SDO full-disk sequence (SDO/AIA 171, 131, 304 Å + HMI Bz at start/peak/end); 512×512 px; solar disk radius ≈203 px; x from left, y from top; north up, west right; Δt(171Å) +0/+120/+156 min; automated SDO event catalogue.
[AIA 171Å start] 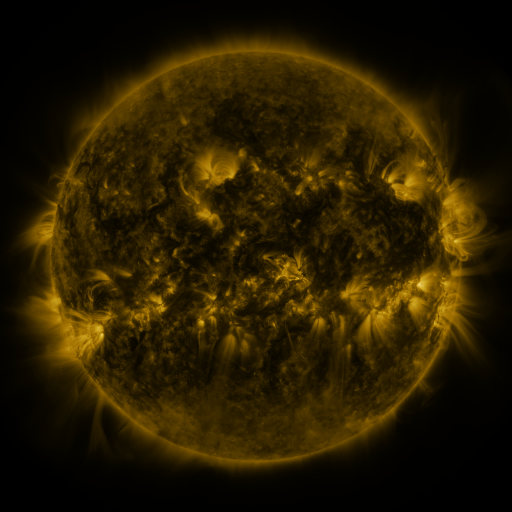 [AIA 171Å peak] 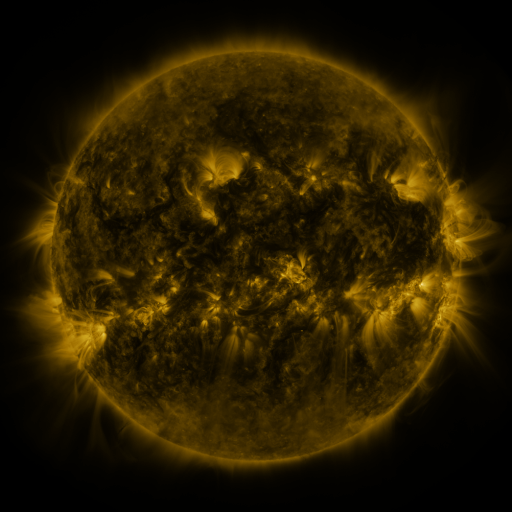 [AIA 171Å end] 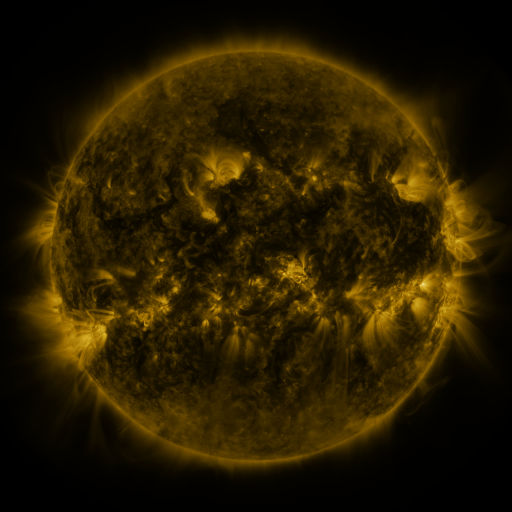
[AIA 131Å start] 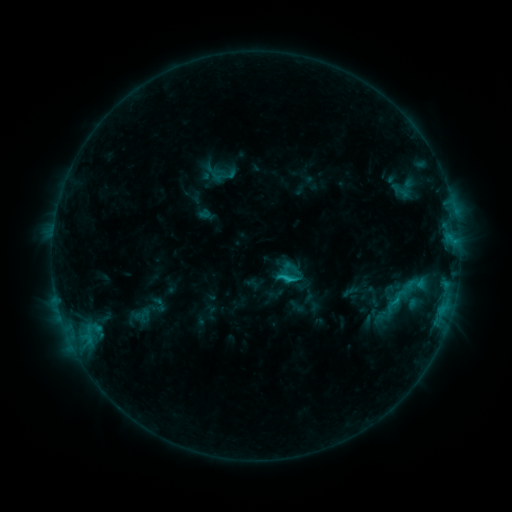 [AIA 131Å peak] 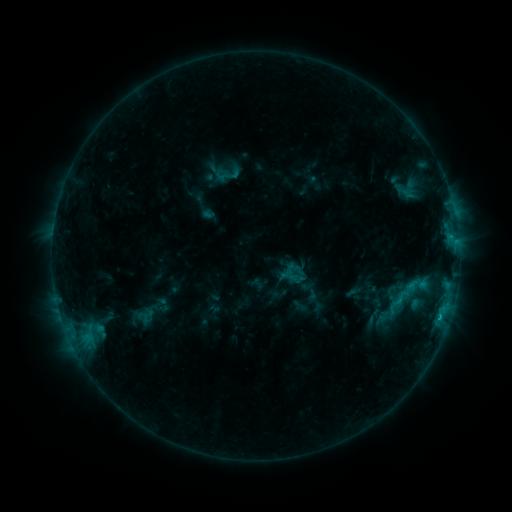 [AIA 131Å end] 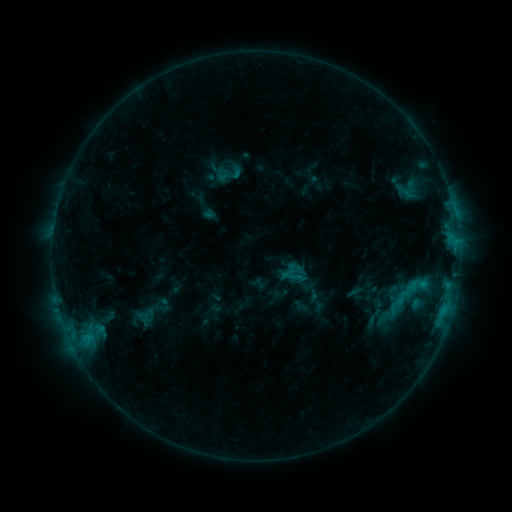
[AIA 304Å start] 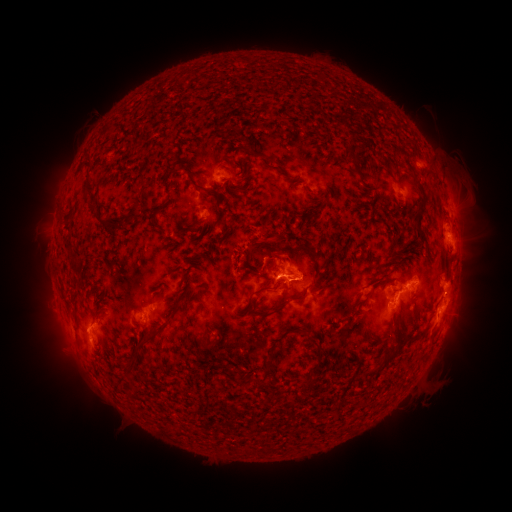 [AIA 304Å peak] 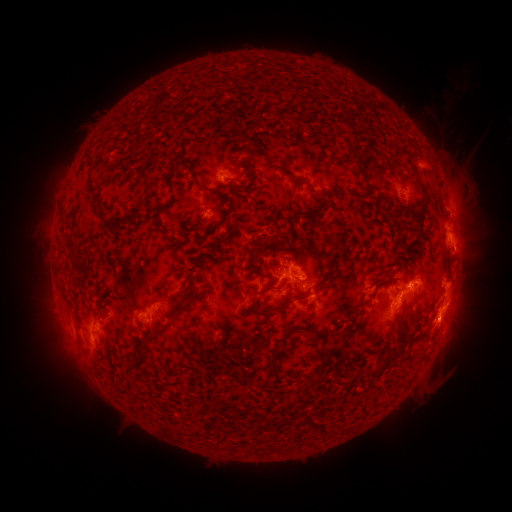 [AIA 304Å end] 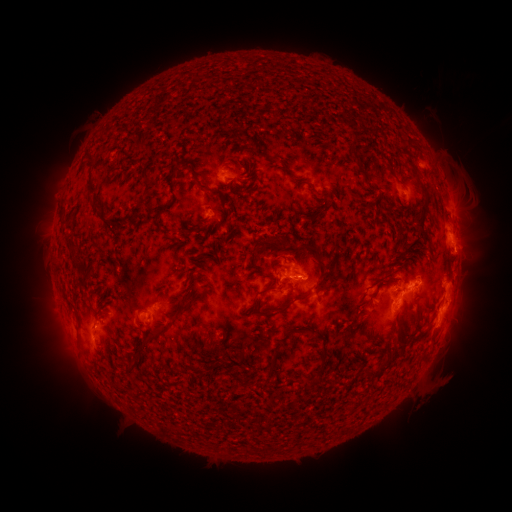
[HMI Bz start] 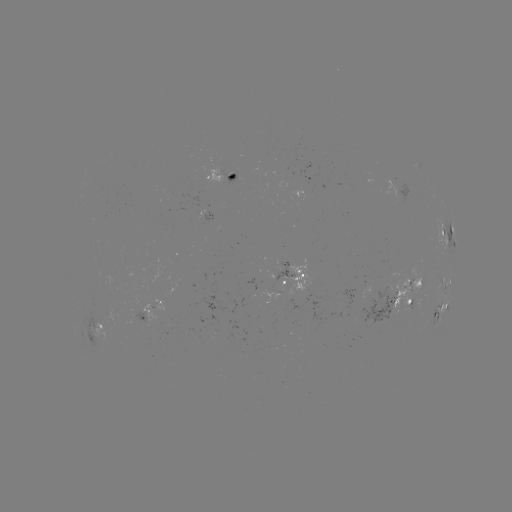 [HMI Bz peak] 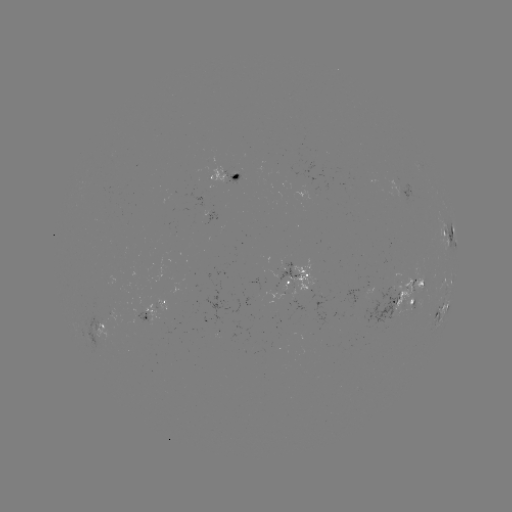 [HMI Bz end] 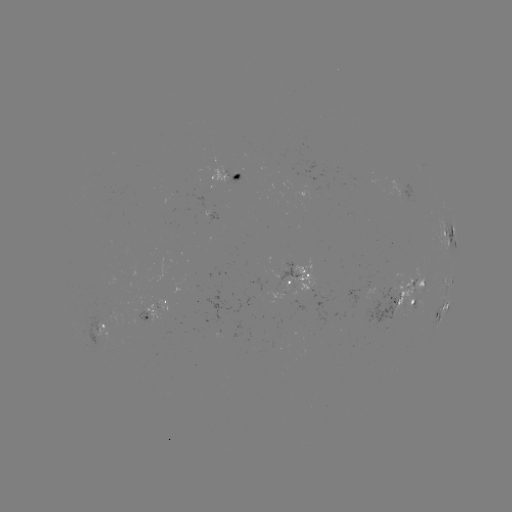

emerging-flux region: (267, 258, 295, 283)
